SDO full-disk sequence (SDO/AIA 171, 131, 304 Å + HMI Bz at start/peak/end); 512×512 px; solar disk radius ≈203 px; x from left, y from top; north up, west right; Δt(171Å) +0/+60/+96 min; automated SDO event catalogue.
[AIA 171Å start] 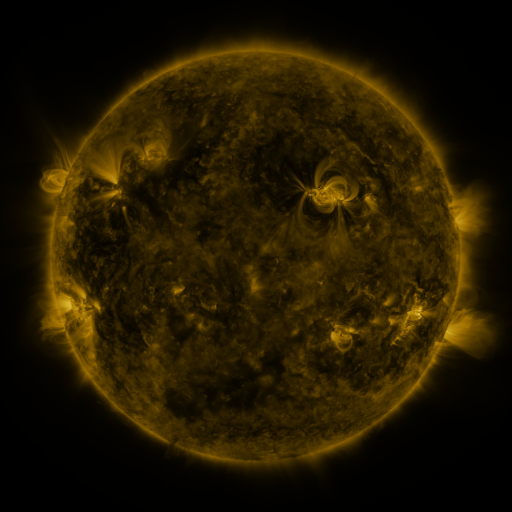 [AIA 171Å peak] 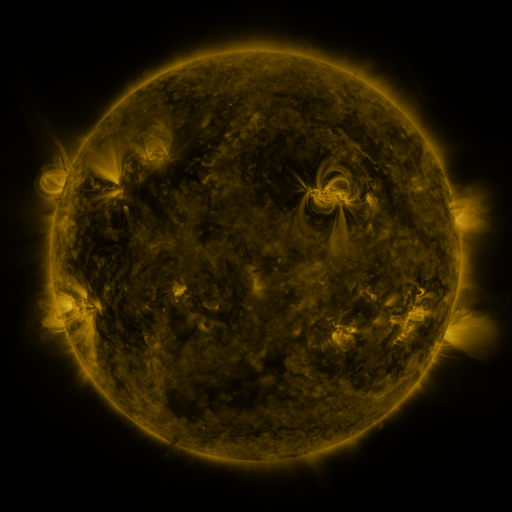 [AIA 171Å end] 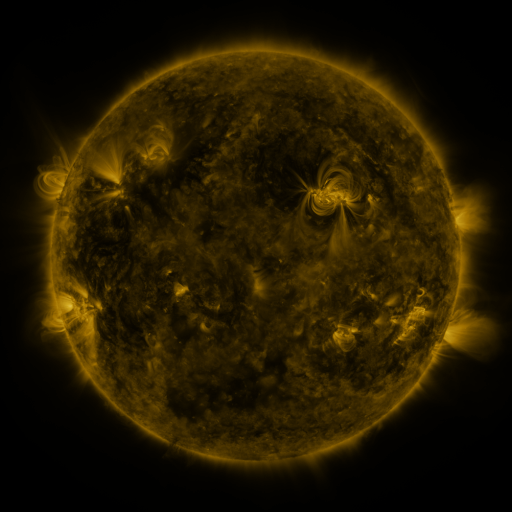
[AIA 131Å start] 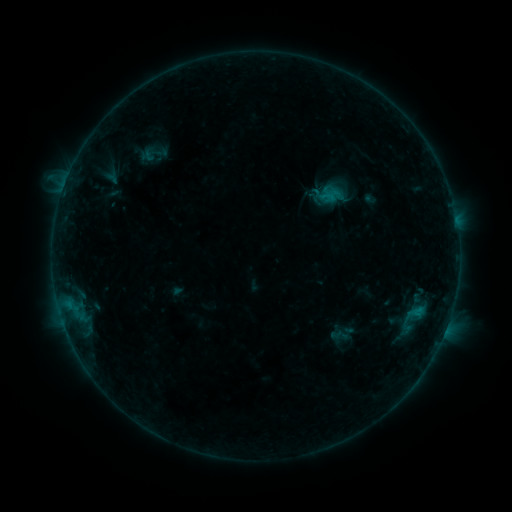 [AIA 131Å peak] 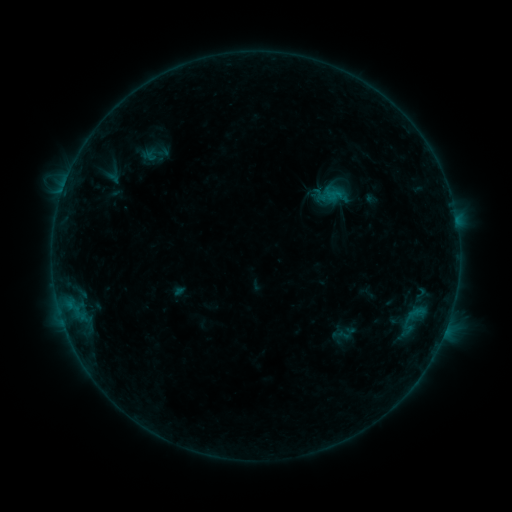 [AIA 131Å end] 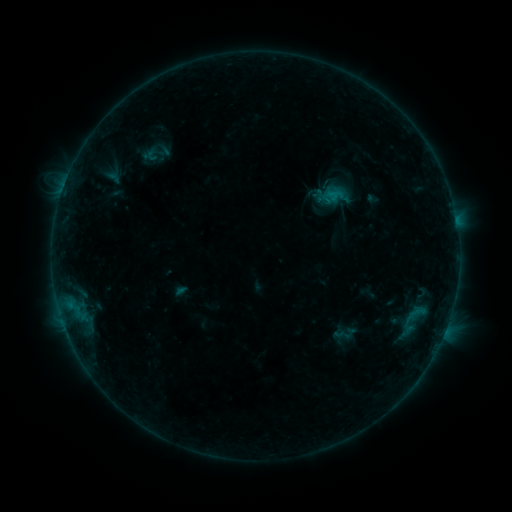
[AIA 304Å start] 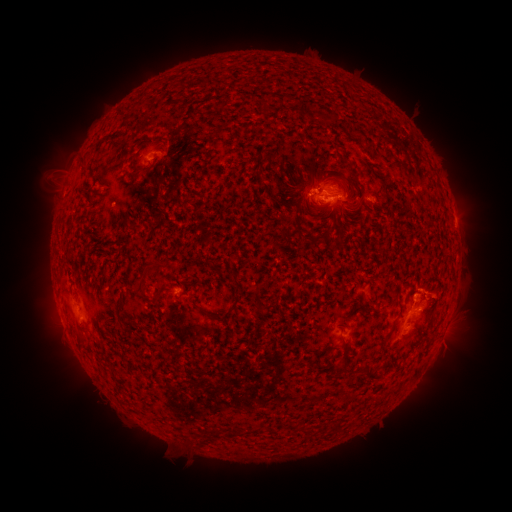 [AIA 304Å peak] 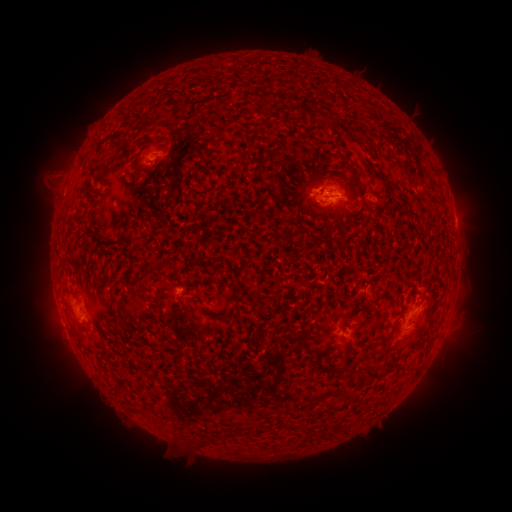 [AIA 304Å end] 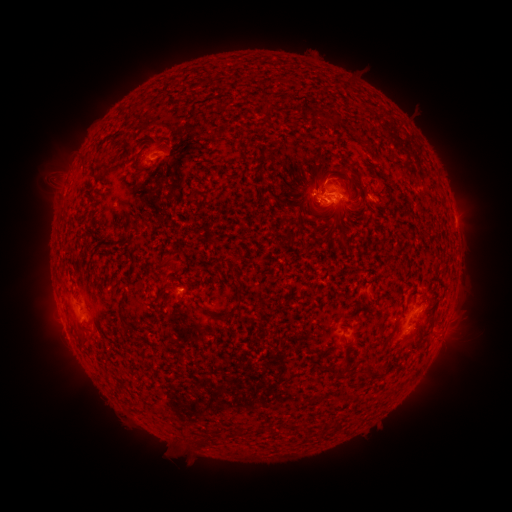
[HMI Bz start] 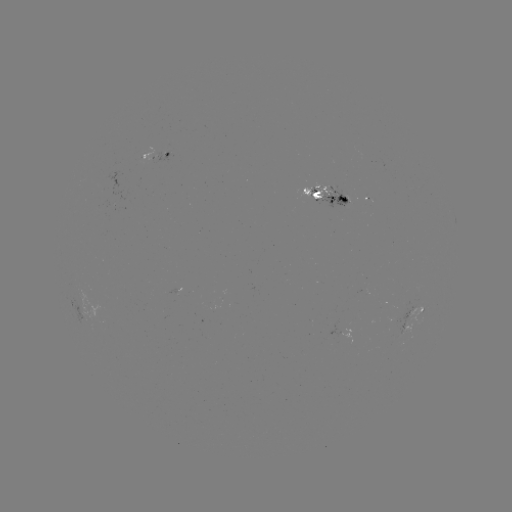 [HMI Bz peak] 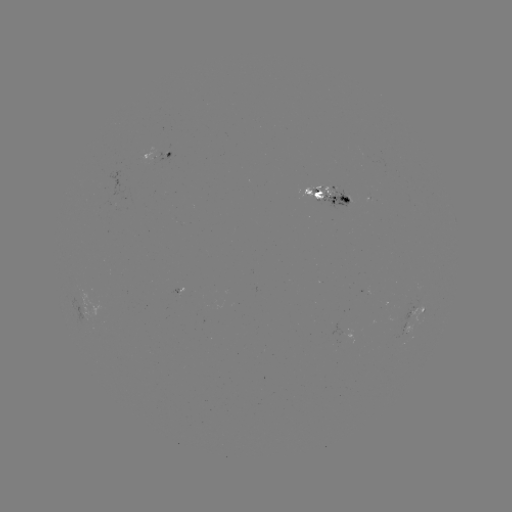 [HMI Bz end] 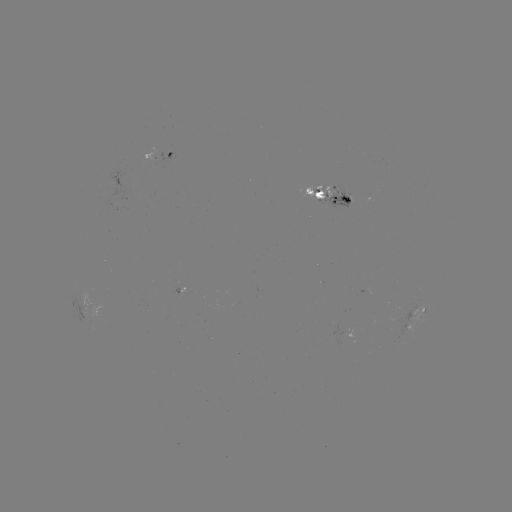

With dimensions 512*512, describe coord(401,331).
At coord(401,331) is emerging-flux region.